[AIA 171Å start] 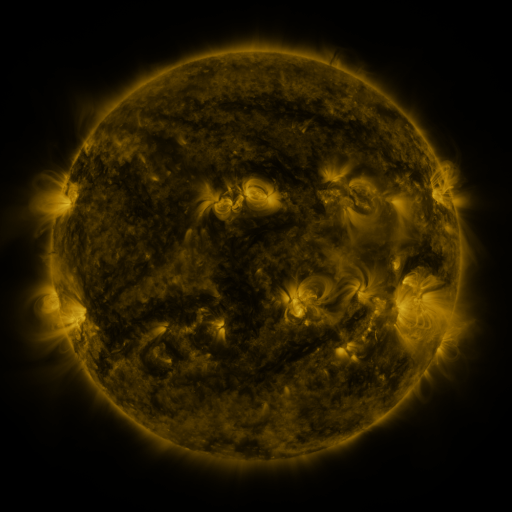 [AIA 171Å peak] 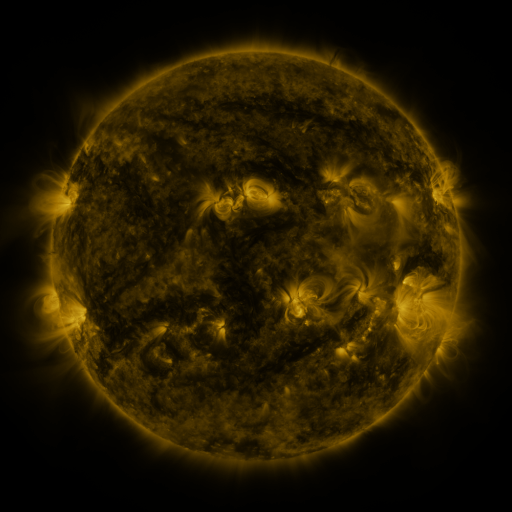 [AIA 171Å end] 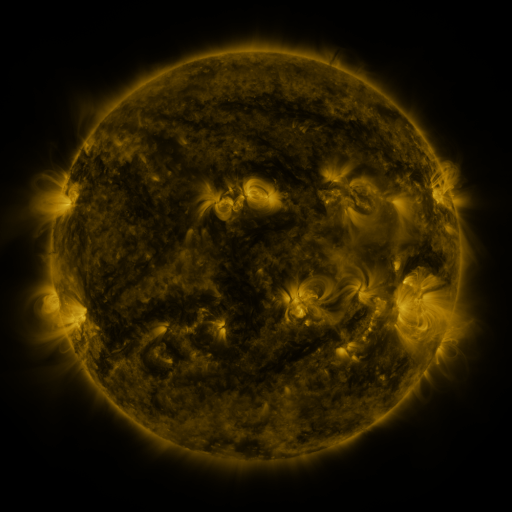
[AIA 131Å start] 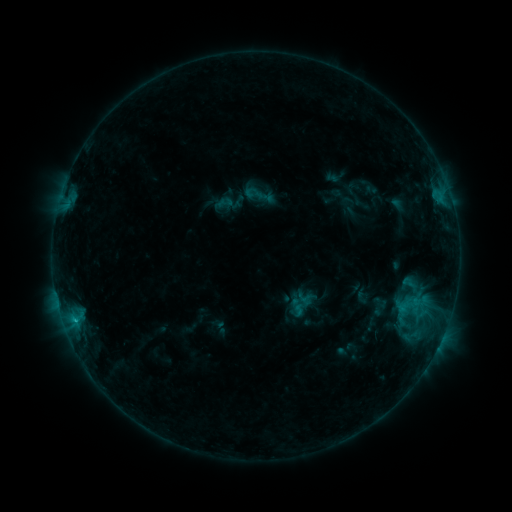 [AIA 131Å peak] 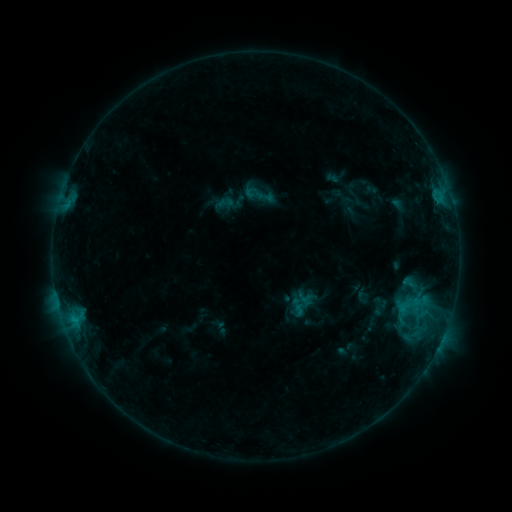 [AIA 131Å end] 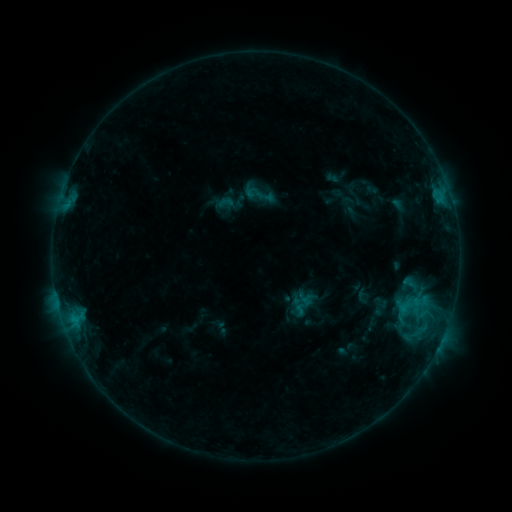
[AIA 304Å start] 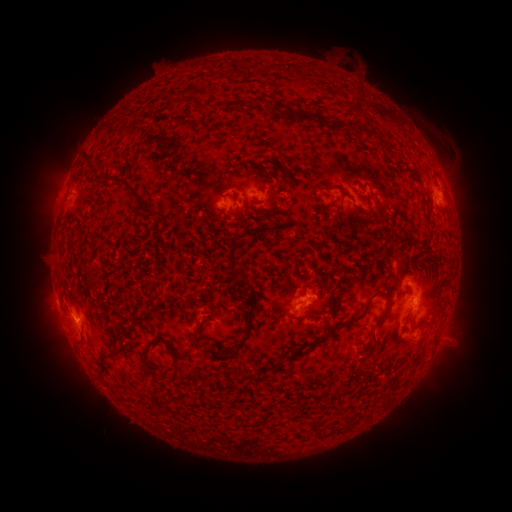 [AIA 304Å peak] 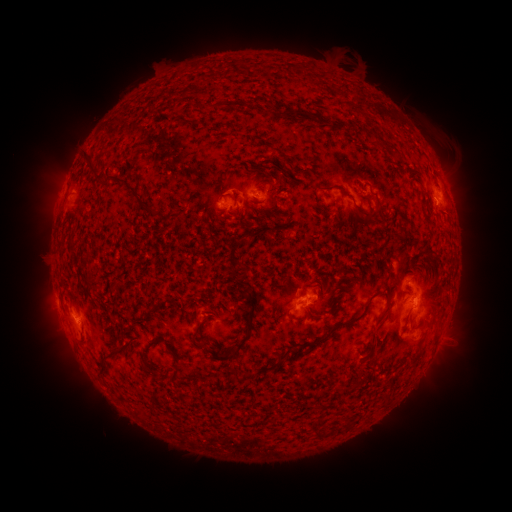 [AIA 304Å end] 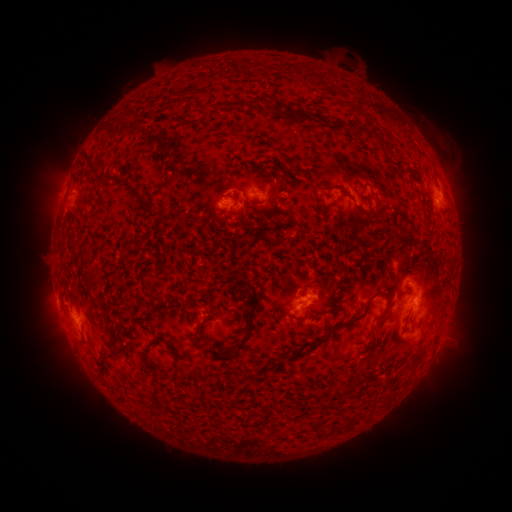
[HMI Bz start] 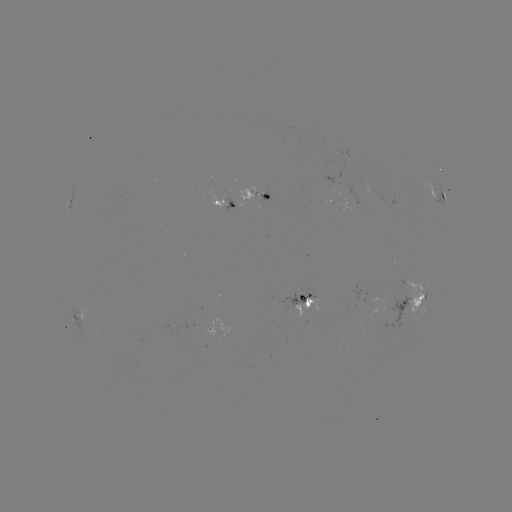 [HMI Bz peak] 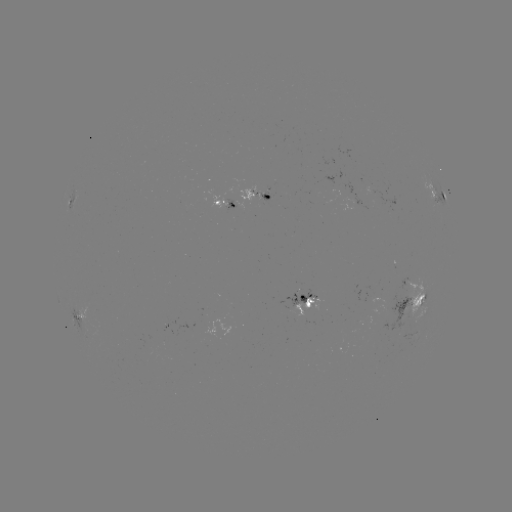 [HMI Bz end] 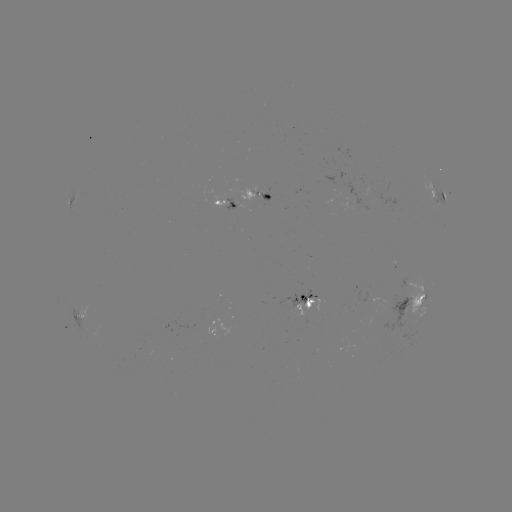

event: eruption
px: (363, 374)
